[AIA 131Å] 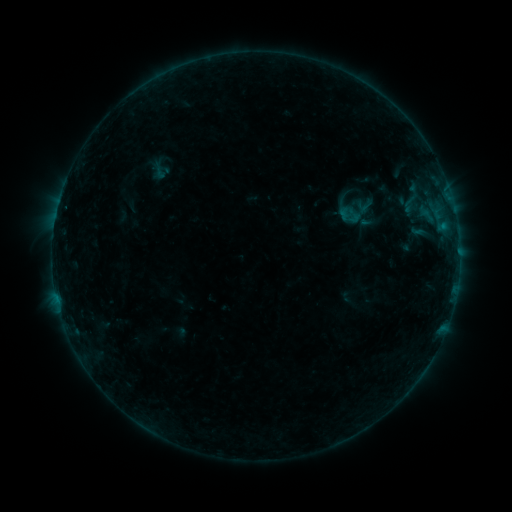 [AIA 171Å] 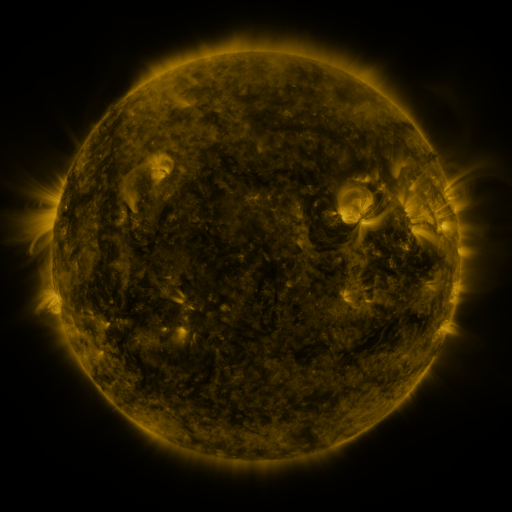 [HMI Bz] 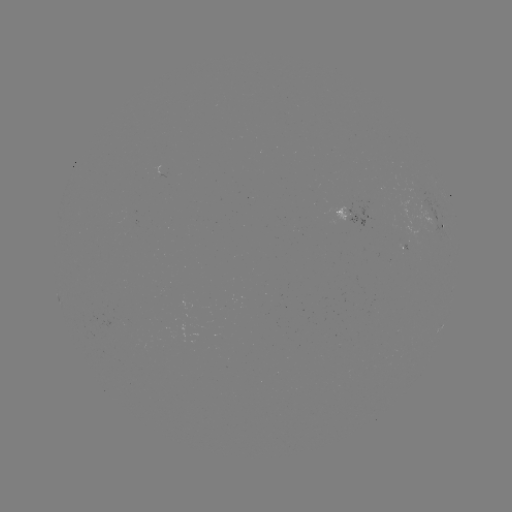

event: sigmoid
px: (353, 216)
